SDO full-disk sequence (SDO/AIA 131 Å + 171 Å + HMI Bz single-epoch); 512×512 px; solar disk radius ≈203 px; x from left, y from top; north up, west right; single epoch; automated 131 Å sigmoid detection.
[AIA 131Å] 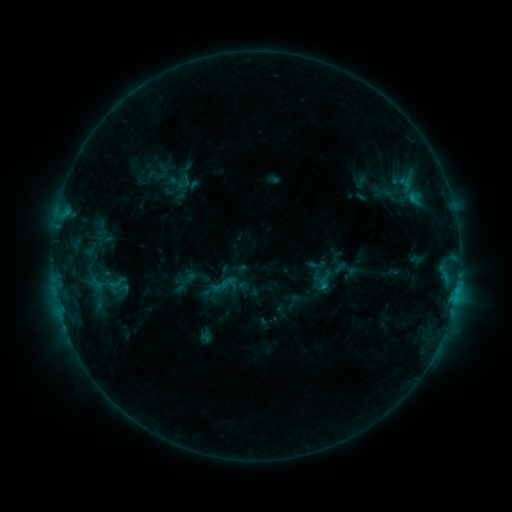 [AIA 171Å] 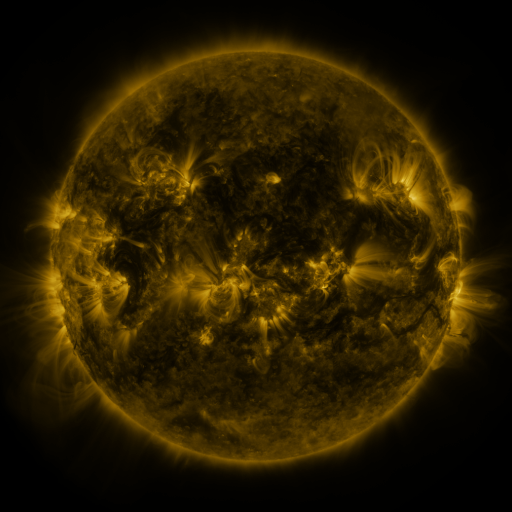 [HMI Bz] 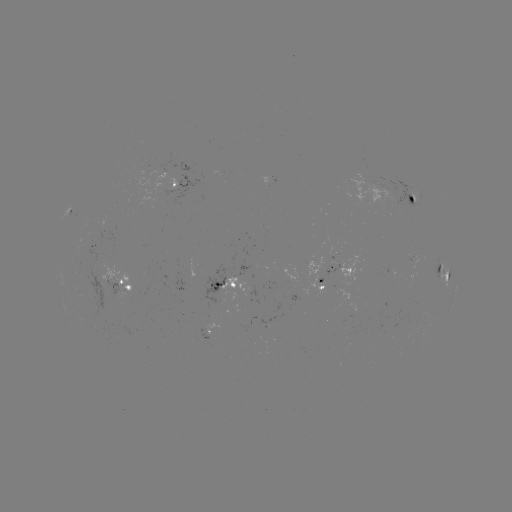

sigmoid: <bbox>106, 273, 129, 292</bbox>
